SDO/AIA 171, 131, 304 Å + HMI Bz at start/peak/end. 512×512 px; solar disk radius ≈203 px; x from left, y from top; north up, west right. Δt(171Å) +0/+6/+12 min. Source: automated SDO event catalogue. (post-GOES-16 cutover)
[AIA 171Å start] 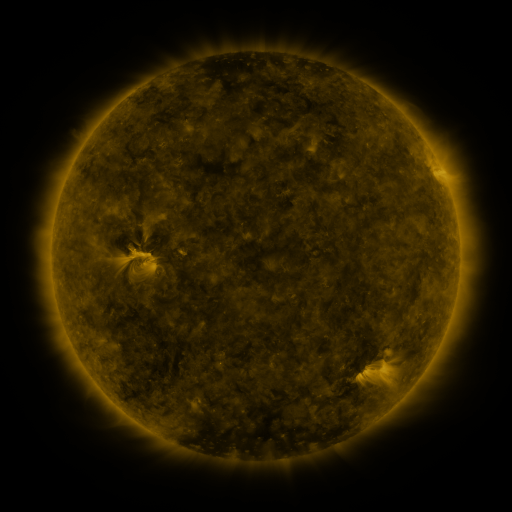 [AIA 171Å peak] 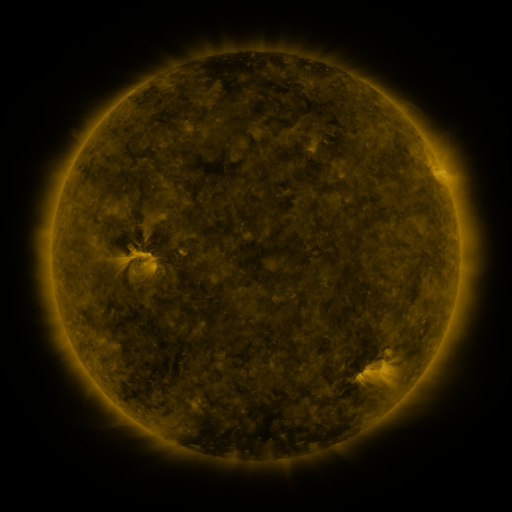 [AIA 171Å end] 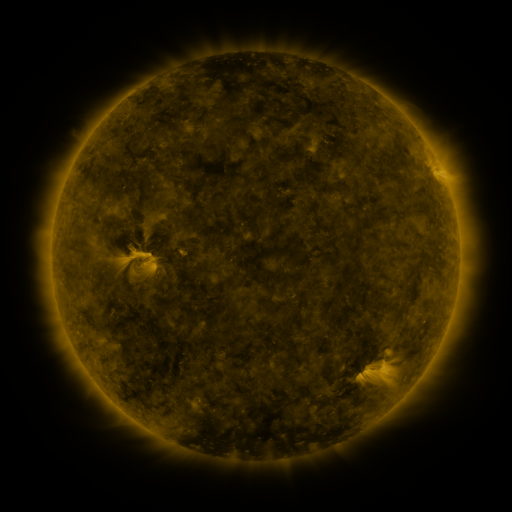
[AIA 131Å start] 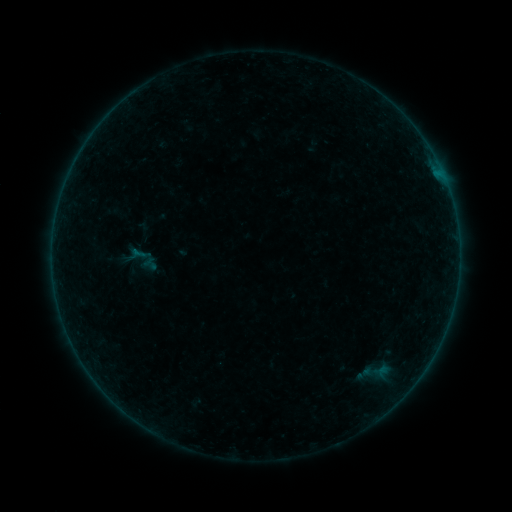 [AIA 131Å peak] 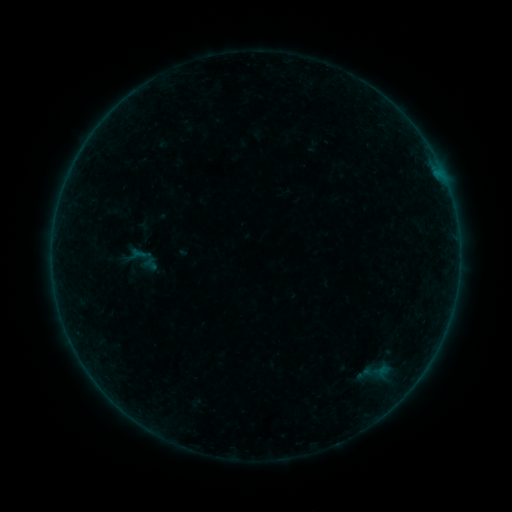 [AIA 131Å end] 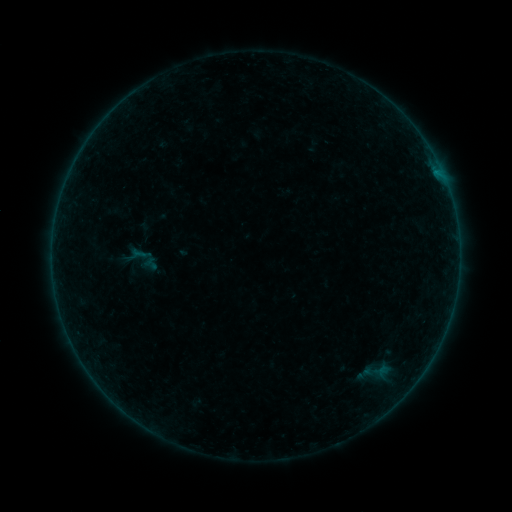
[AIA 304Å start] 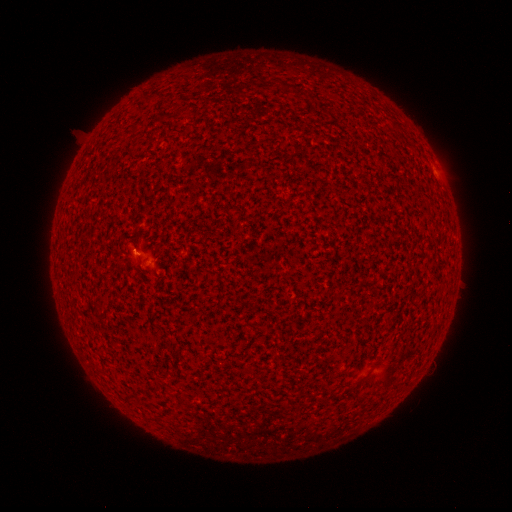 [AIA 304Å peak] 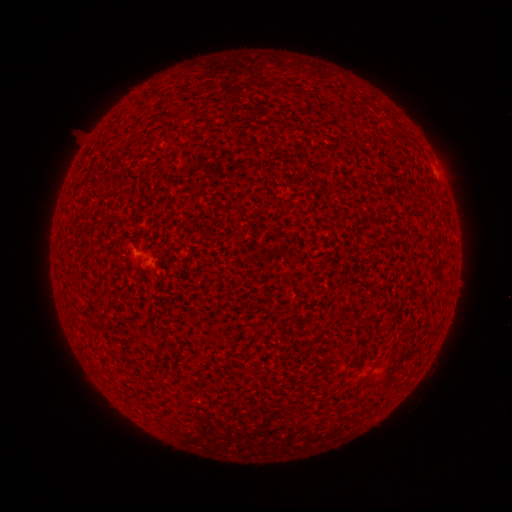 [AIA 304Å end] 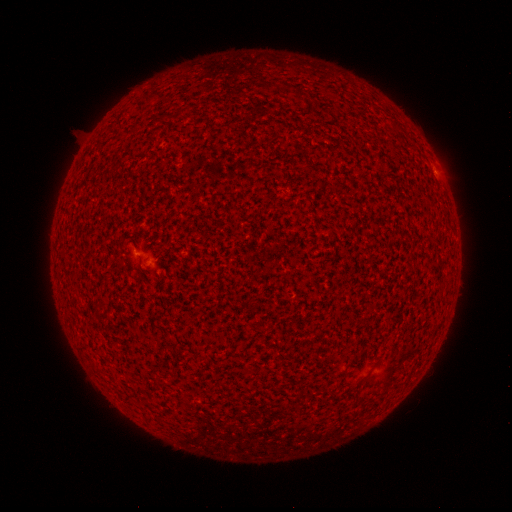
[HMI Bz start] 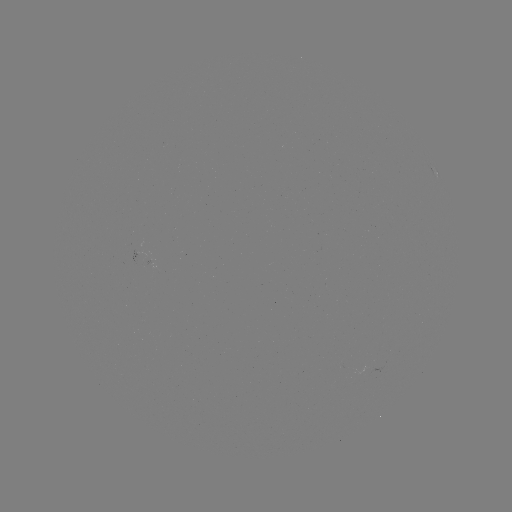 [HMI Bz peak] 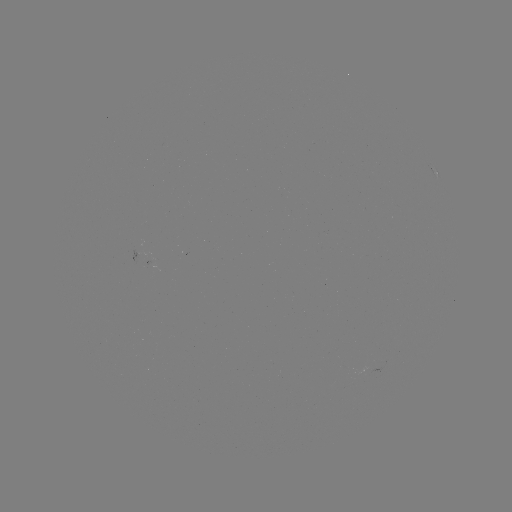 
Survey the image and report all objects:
B1.1 flare: (436, 173)
